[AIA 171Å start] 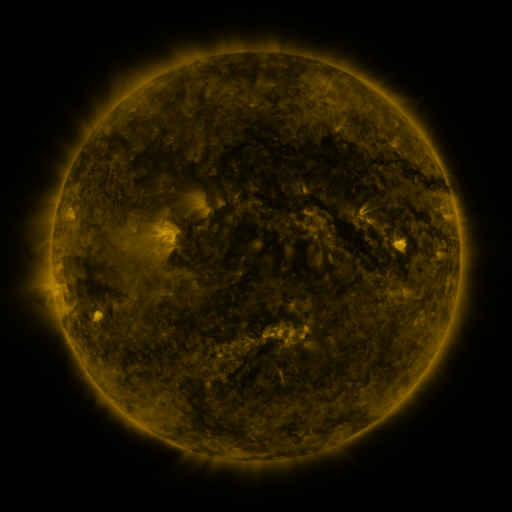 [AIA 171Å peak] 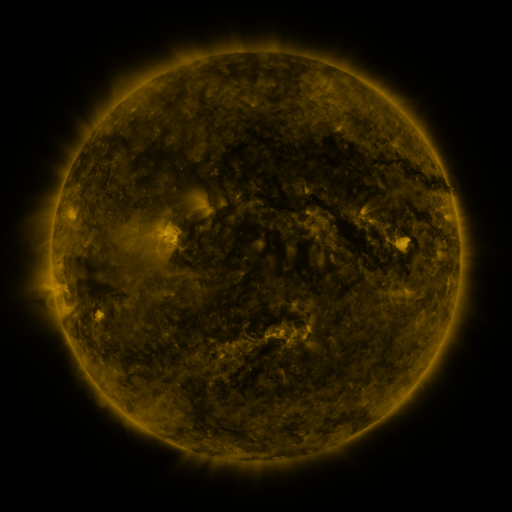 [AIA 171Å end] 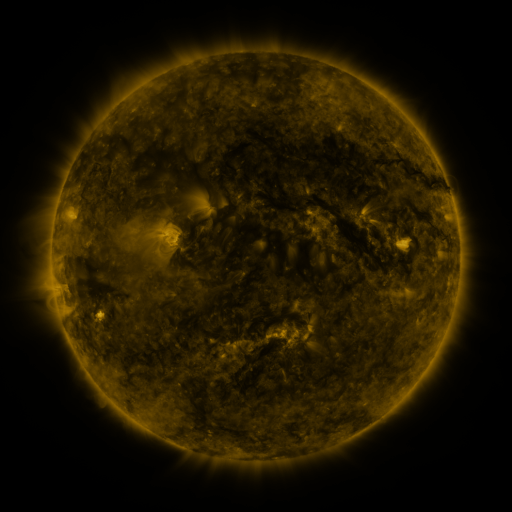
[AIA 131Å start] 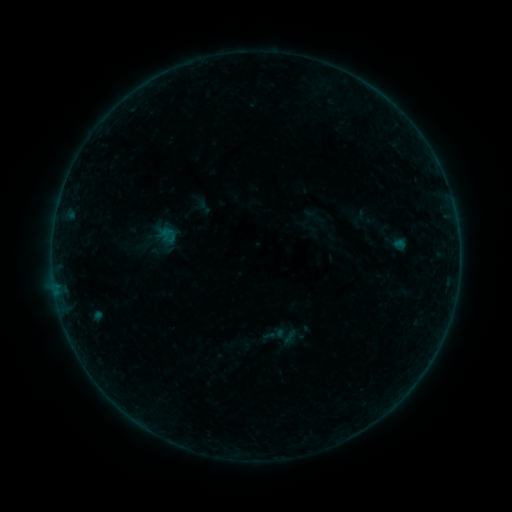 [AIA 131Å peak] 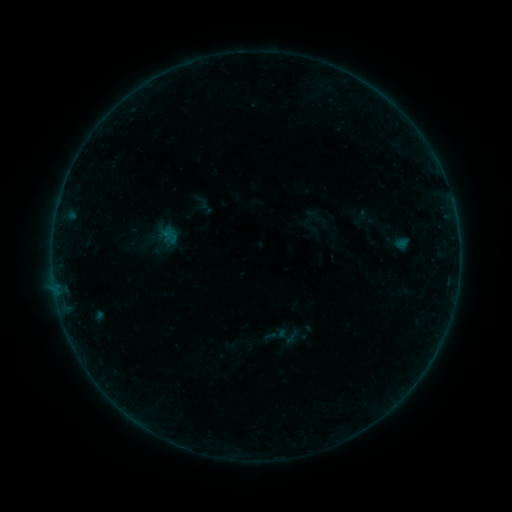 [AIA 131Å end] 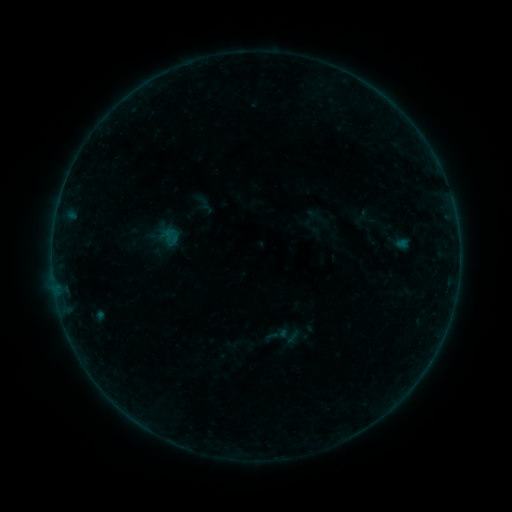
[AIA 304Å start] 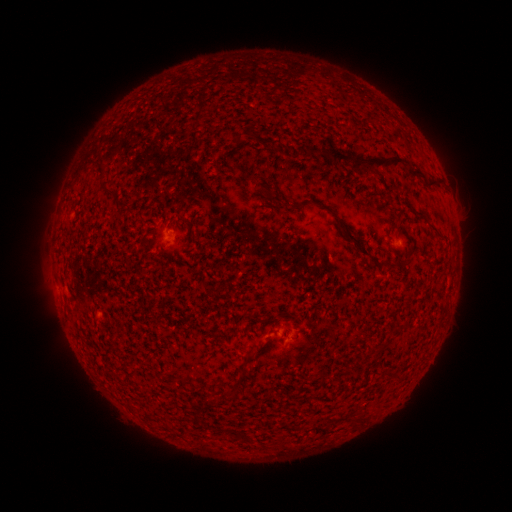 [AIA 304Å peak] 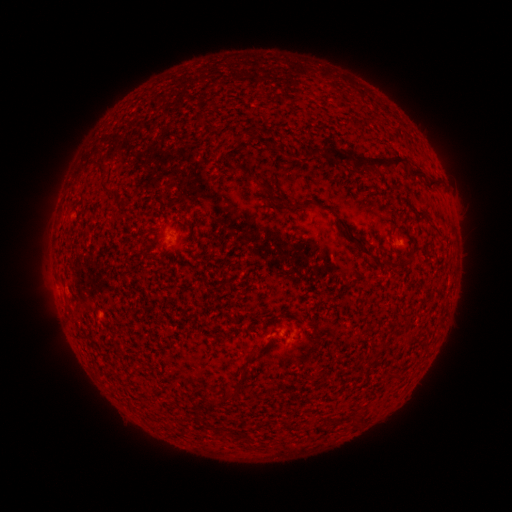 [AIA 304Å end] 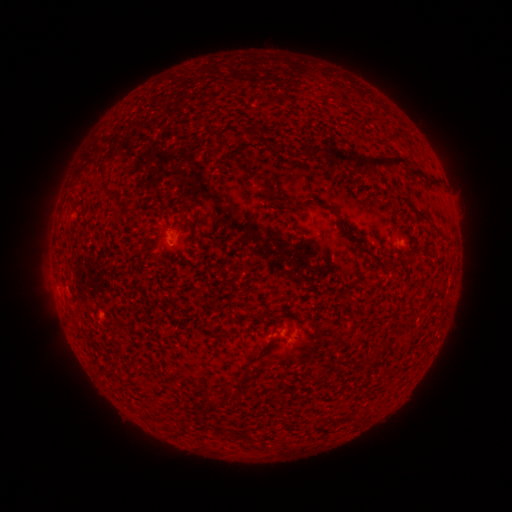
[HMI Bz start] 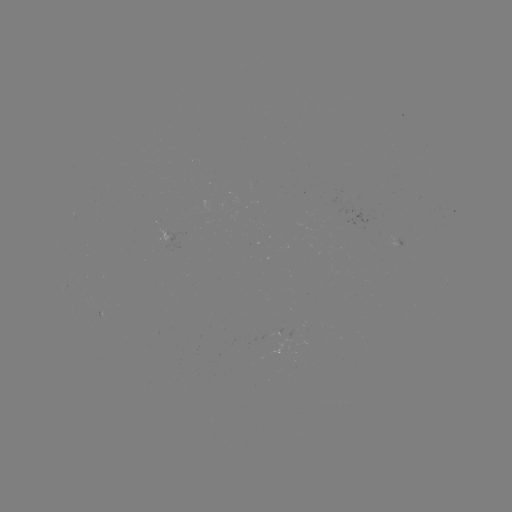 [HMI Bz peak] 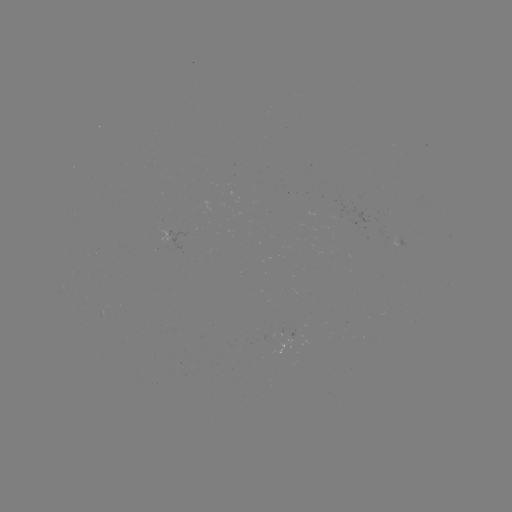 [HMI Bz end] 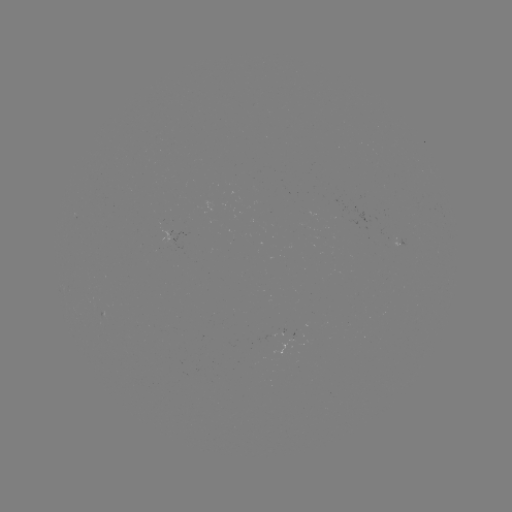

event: emerging-flux region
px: (270, 335)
